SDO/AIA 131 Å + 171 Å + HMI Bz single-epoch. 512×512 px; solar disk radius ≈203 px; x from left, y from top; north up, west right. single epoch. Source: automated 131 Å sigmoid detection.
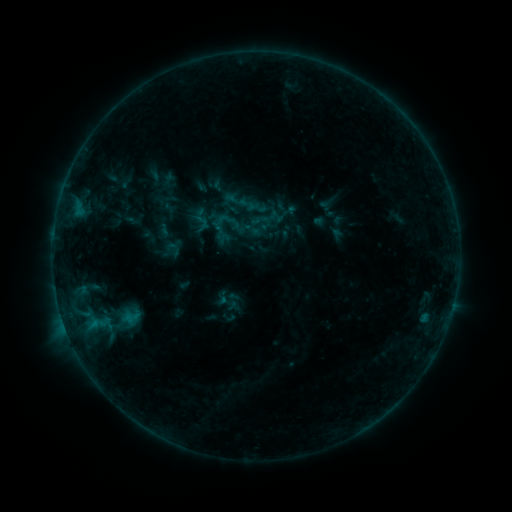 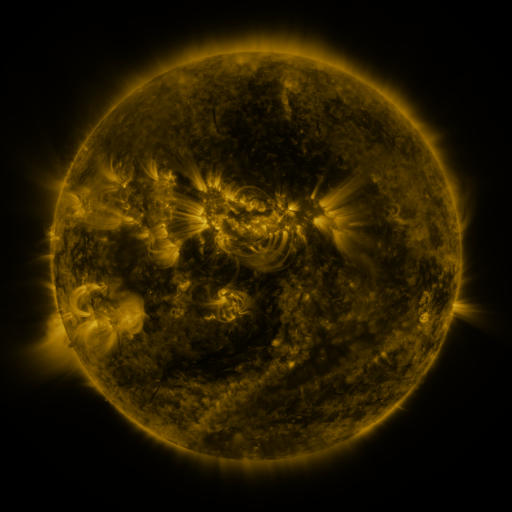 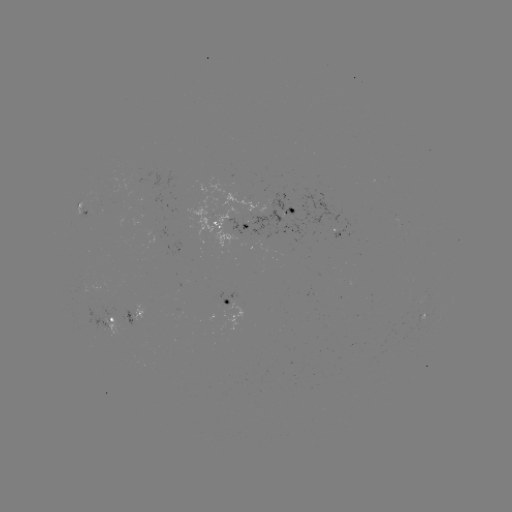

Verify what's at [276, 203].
sigmoid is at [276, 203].